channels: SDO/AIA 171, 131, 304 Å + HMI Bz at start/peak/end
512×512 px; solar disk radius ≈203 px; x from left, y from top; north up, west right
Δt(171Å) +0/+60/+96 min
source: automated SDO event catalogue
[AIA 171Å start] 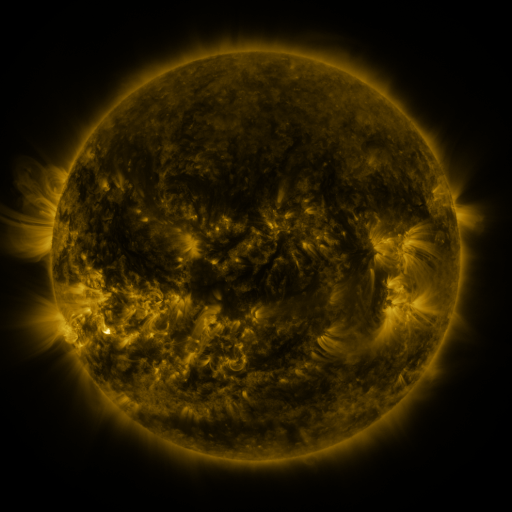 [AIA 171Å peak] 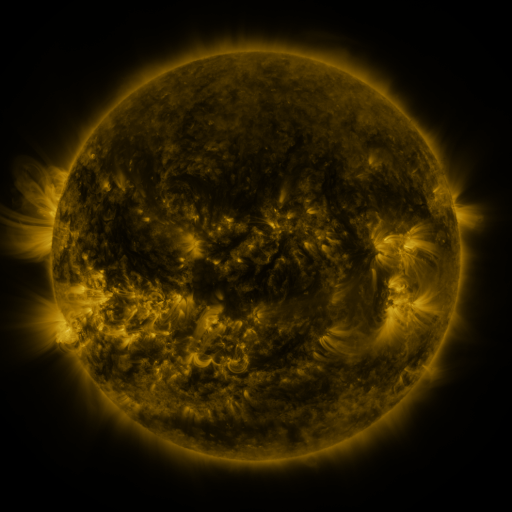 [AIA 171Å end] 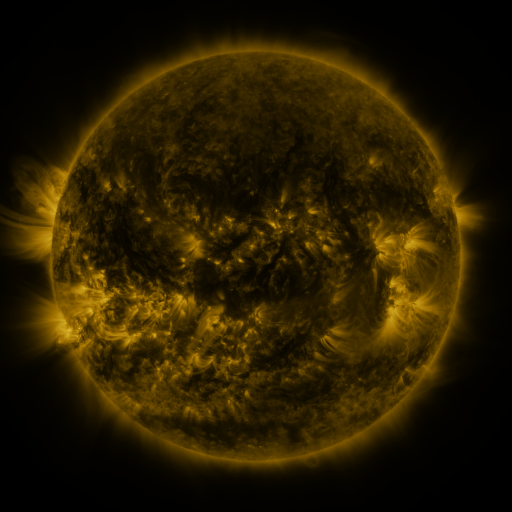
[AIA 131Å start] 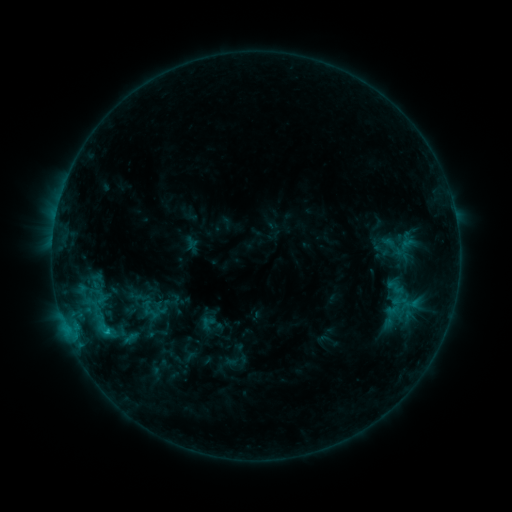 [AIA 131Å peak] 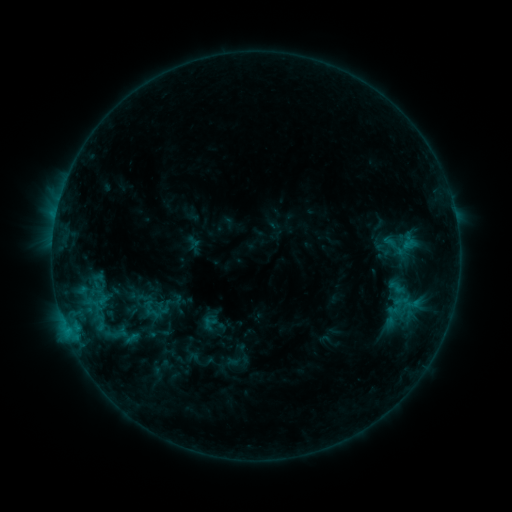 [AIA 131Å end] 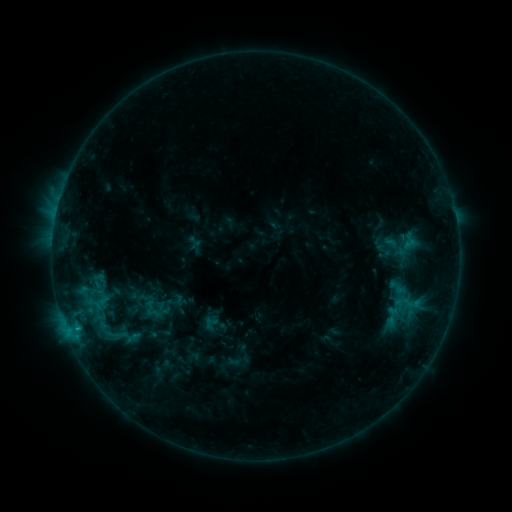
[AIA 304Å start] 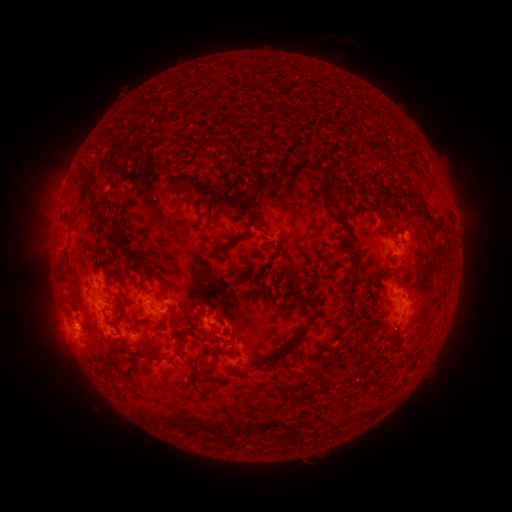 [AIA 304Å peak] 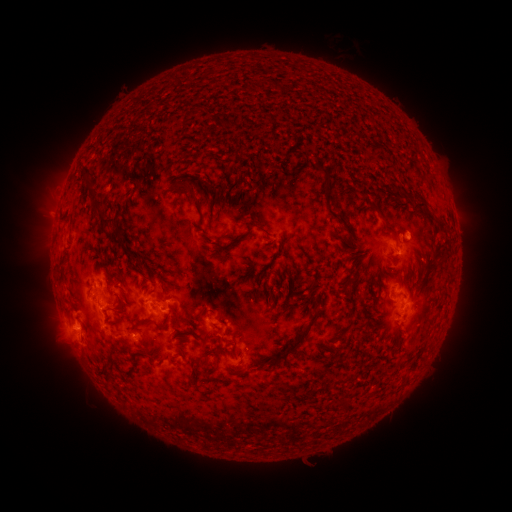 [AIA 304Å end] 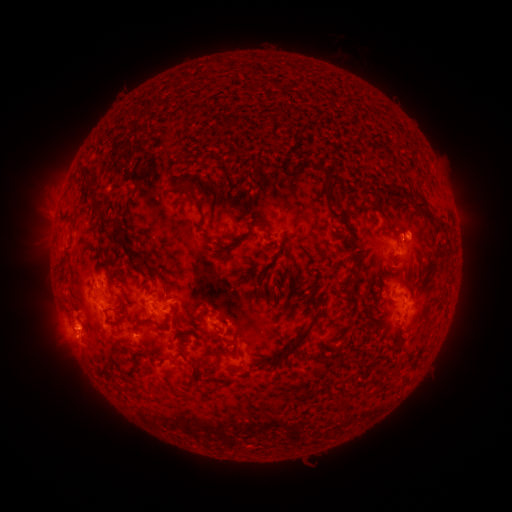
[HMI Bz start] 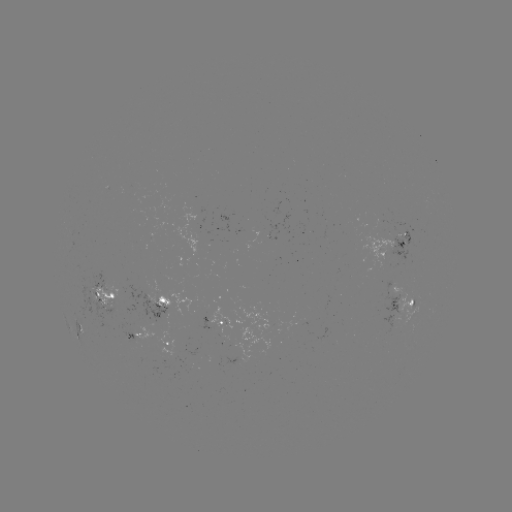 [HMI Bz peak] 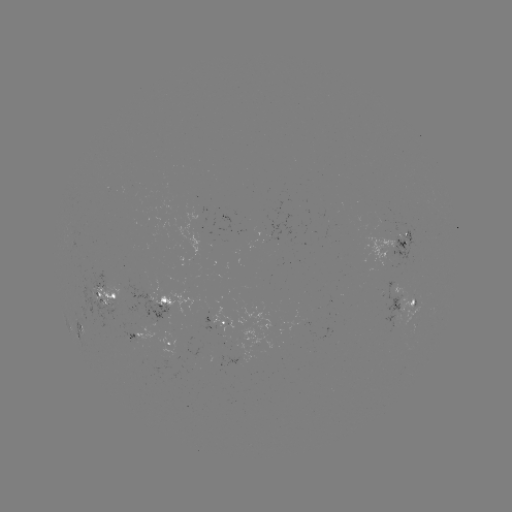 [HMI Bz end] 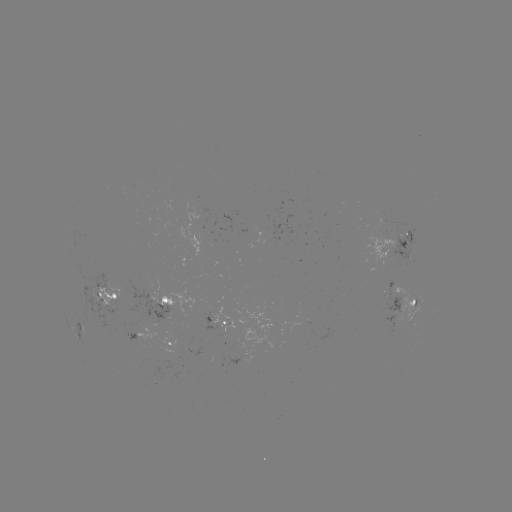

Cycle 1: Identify emerging-flux region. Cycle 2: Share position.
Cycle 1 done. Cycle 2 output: [142, 330].